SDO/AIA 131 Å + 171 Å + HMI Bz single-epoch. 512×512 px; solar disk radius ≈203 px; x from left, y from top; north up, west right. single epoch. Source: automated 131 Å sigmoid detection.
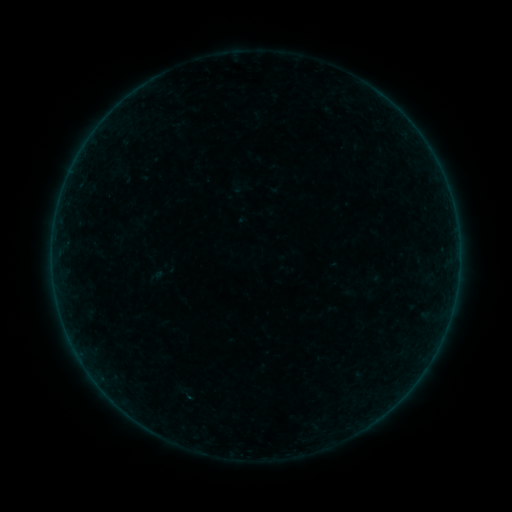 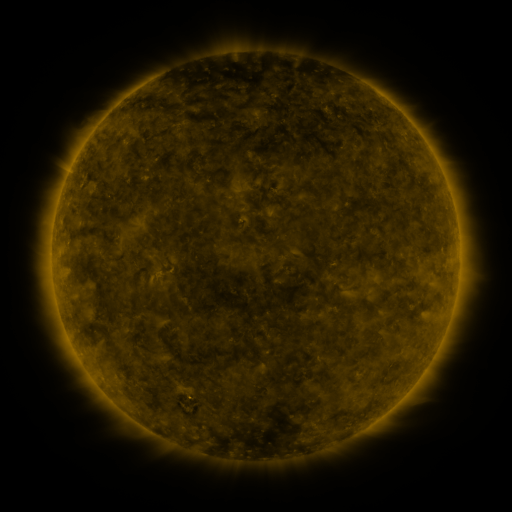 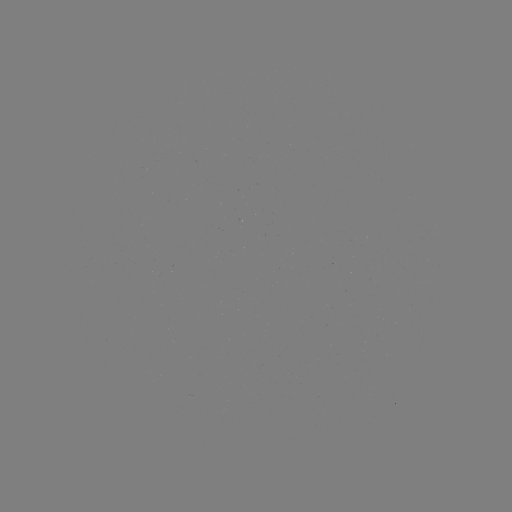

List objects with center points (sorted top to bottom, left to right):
sigmoid: (185, 394)
